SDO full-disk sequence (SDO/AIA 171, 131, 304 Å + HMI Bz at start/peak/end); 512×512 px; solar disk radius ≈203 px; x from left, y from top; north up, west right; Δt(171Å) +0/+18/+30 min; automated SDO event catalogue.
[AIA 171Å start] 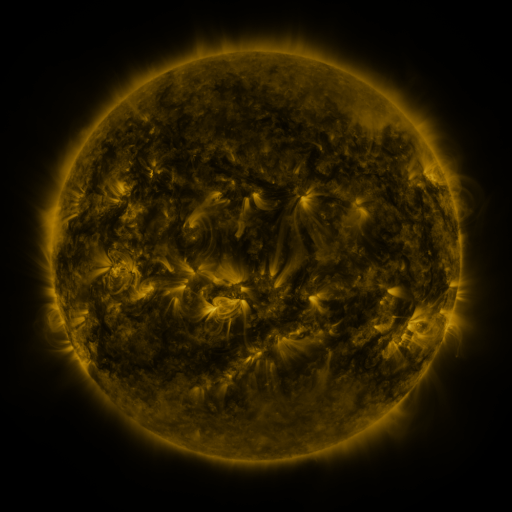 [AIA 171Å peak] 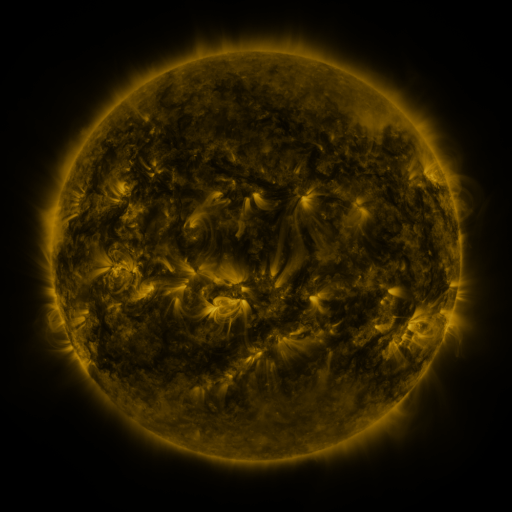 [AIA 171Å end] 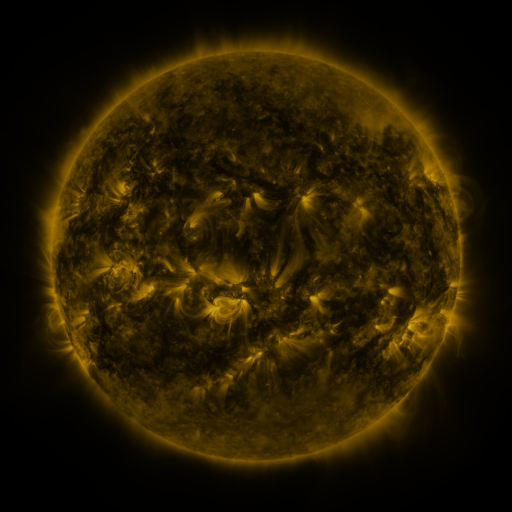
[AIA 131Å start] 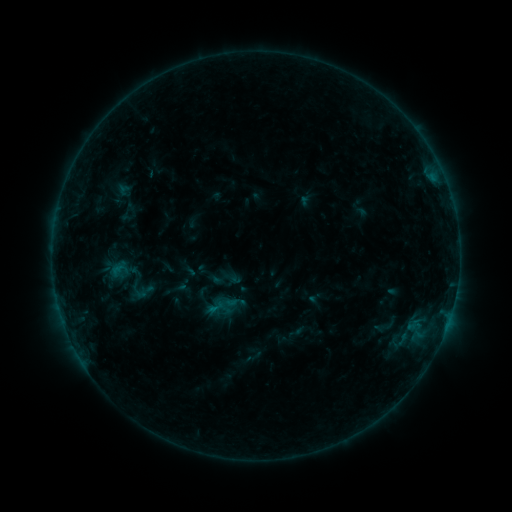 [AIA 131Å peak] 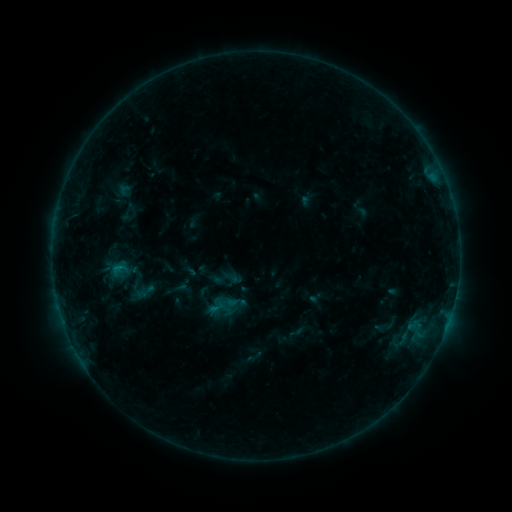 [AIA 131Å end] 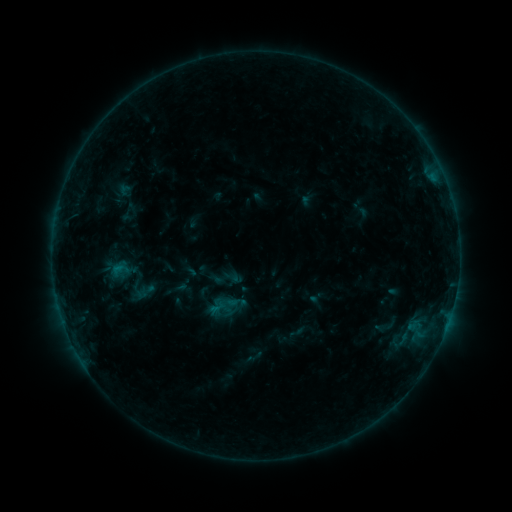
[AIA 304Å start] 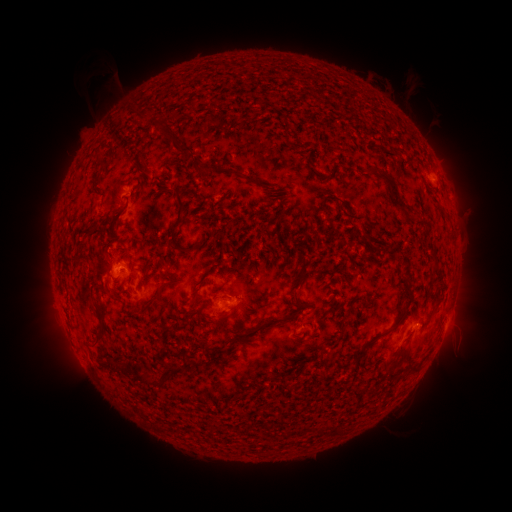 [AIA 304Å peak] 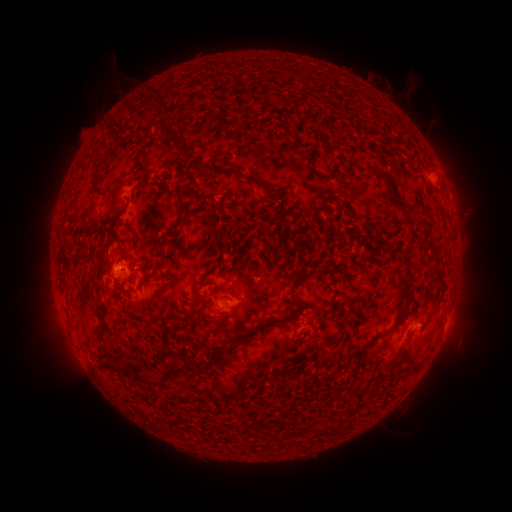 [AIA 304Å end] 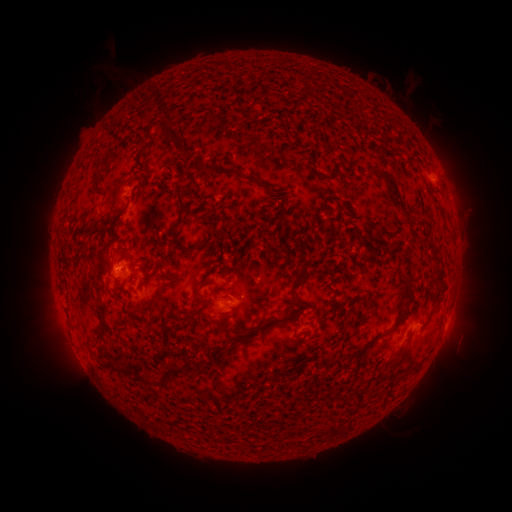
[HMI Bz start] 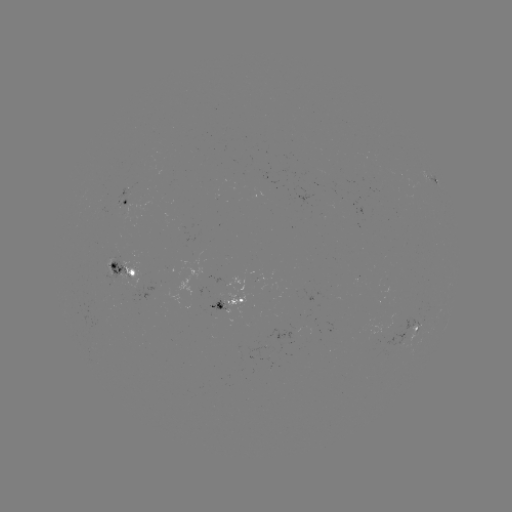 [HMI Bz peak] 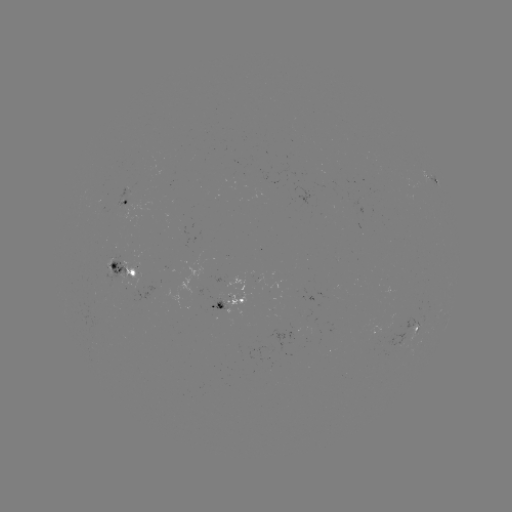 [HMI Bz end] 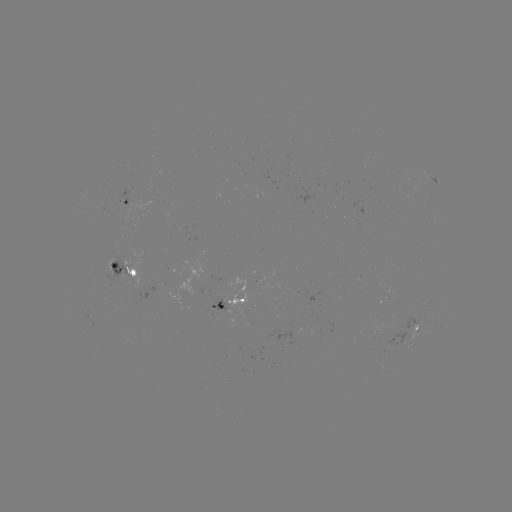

no catalogued flare and no flagged EUV brightening in this window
